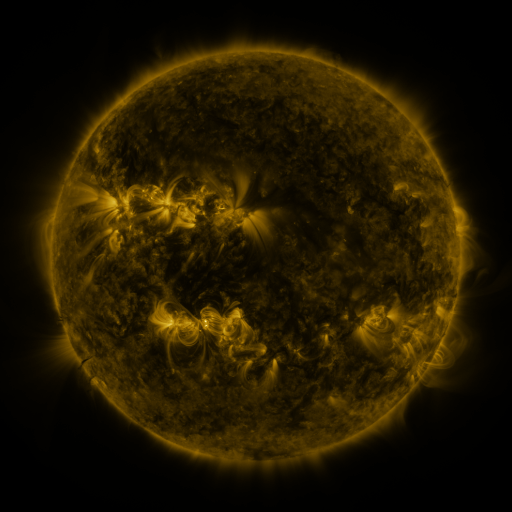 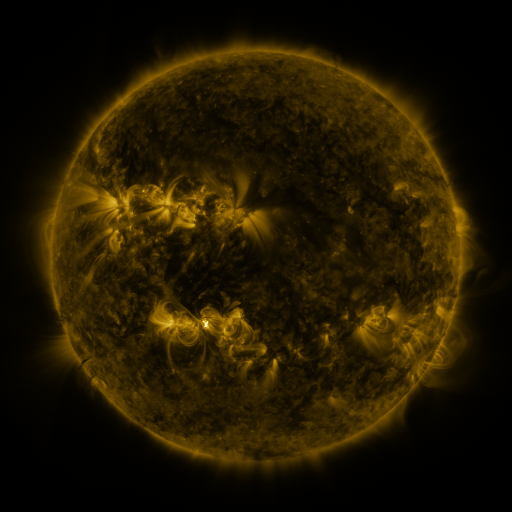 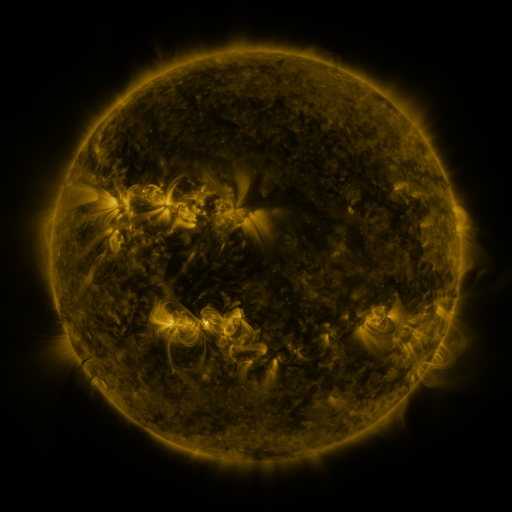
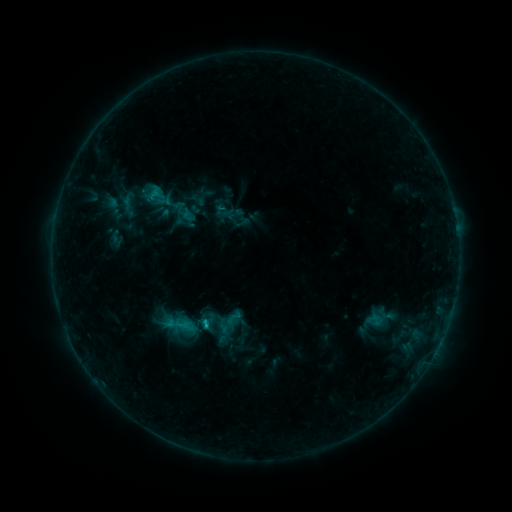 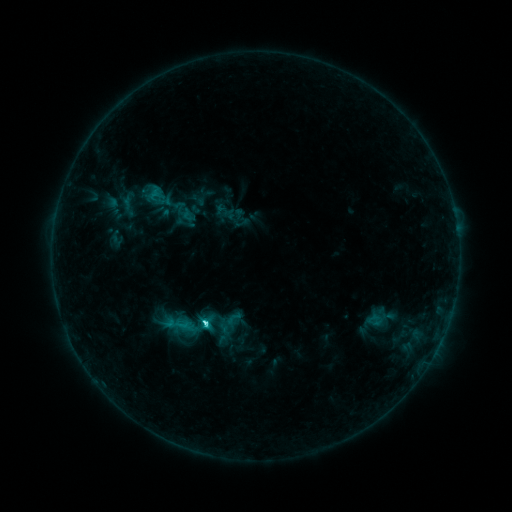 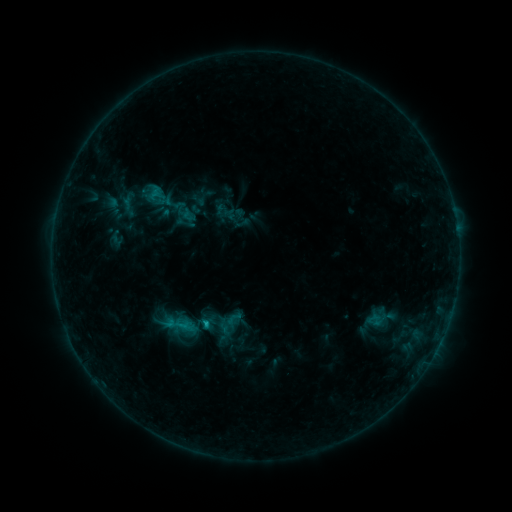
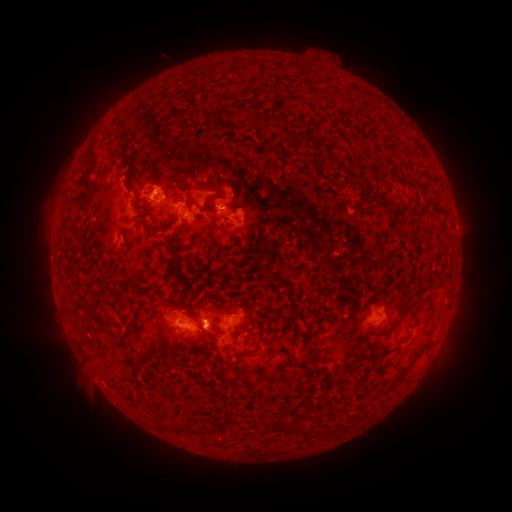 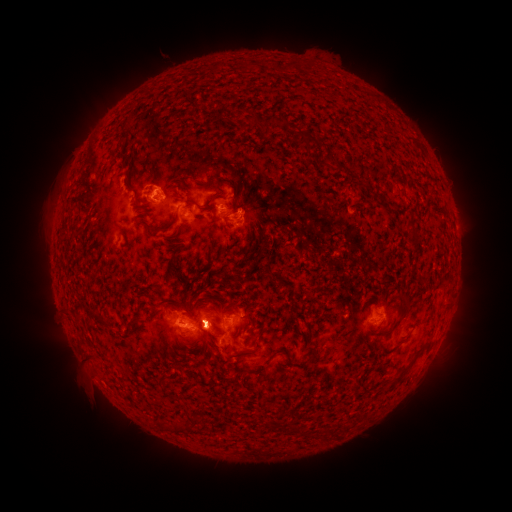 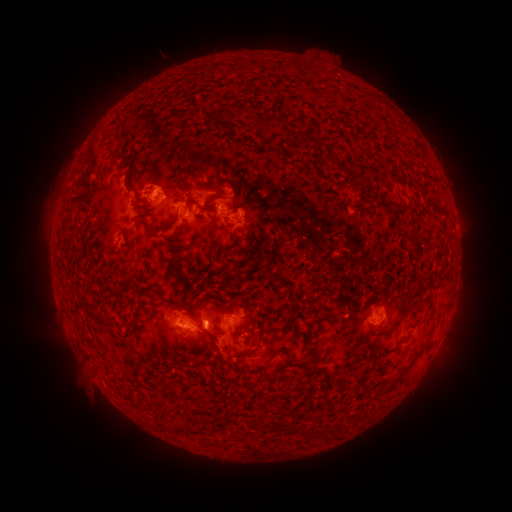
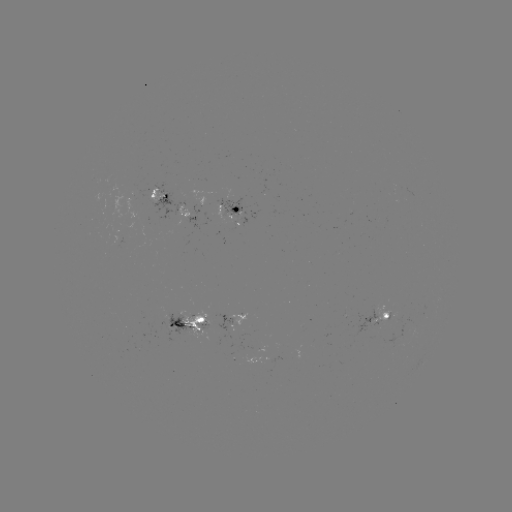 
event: flare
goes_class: C2.7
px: (205, 322)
